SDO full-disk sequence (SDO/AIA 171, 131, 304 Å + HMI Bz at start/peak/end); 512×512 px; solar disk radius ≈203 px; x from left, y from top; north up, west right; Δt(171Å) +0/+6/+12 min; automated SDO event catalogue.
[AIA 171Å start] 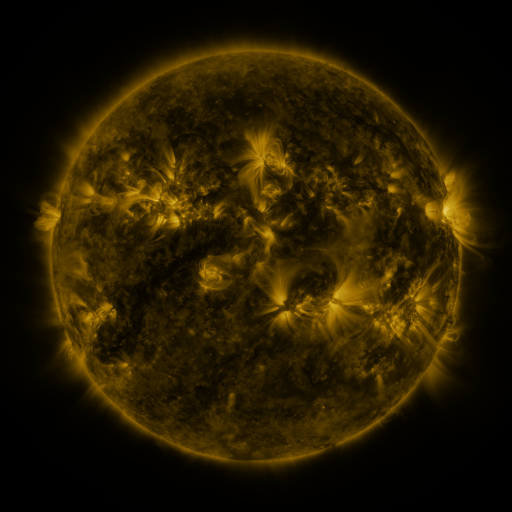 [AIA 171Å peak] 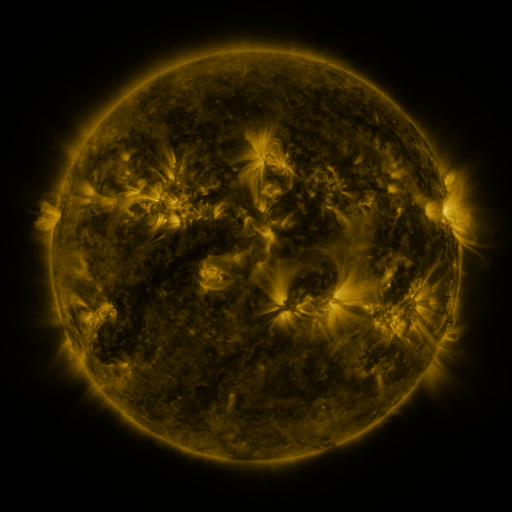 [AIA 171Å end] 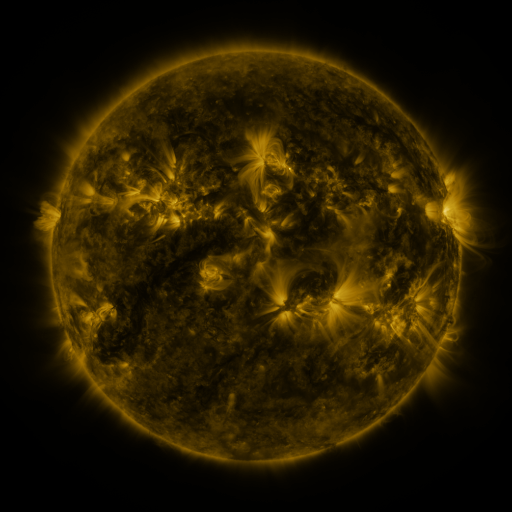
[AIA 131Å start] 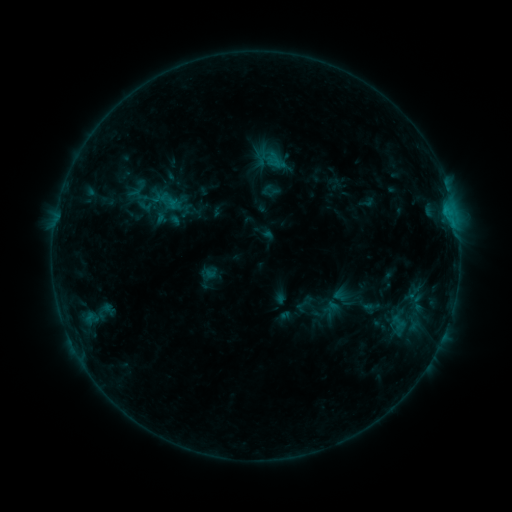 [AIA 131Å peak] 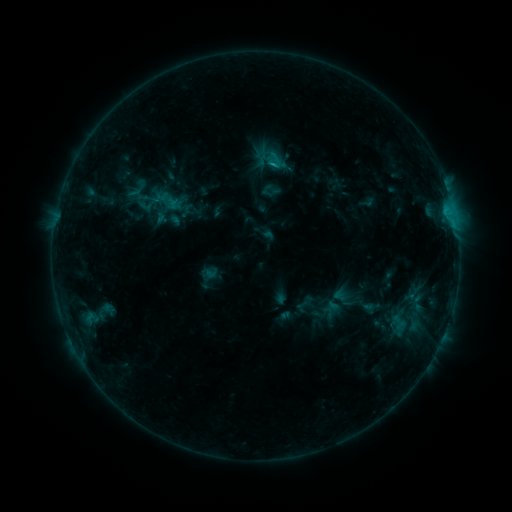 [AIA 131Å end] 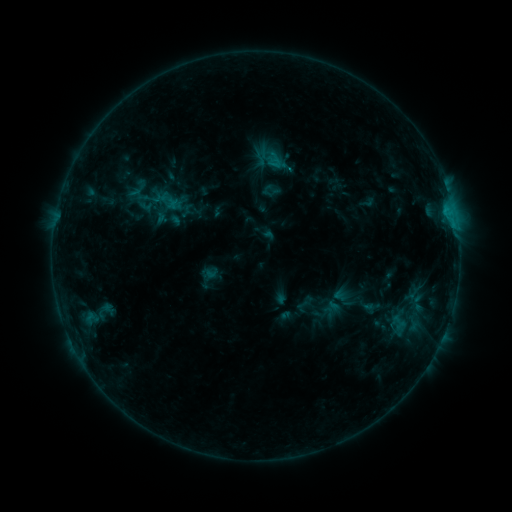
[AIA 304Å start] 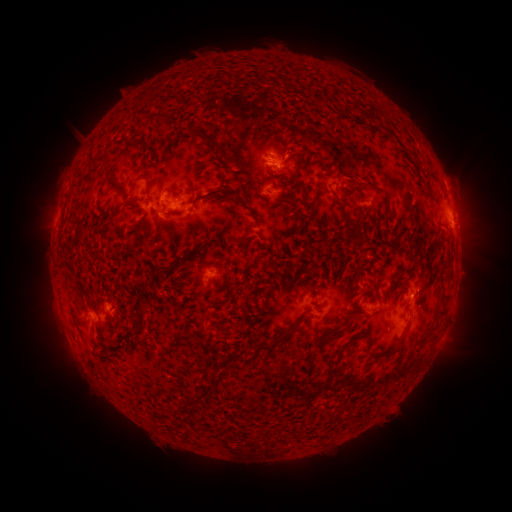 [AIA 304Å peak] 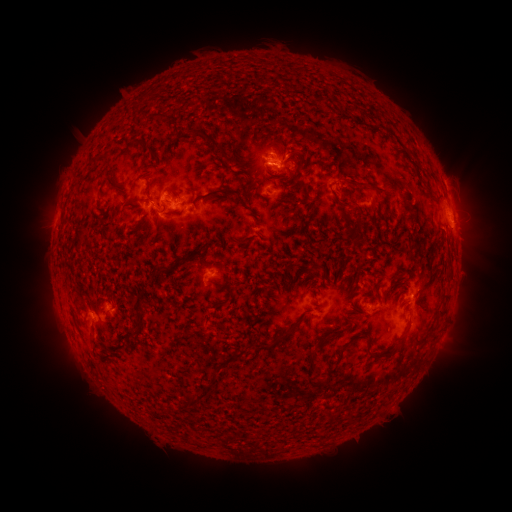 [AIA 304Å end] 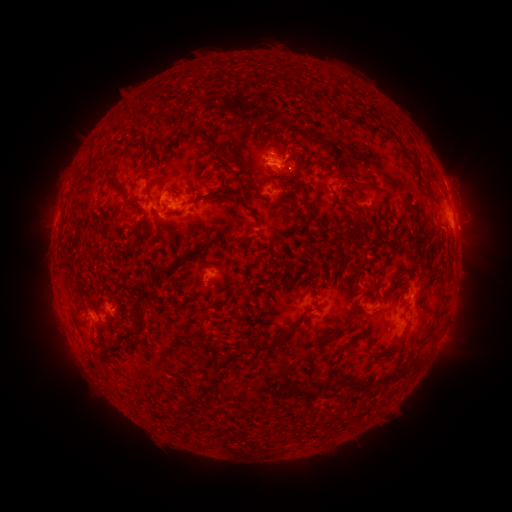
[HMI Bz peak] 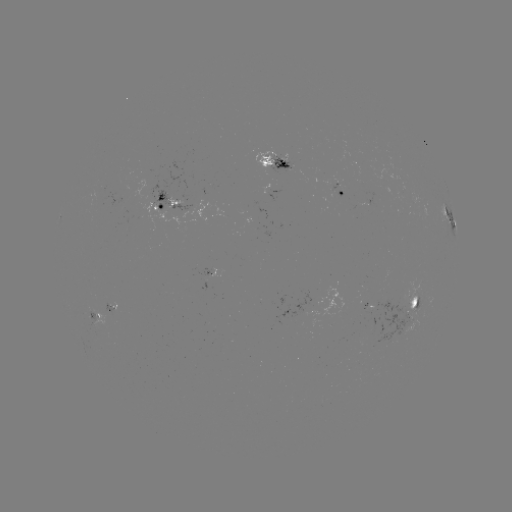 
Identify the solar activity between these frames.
B9.2 flare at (419, 304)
